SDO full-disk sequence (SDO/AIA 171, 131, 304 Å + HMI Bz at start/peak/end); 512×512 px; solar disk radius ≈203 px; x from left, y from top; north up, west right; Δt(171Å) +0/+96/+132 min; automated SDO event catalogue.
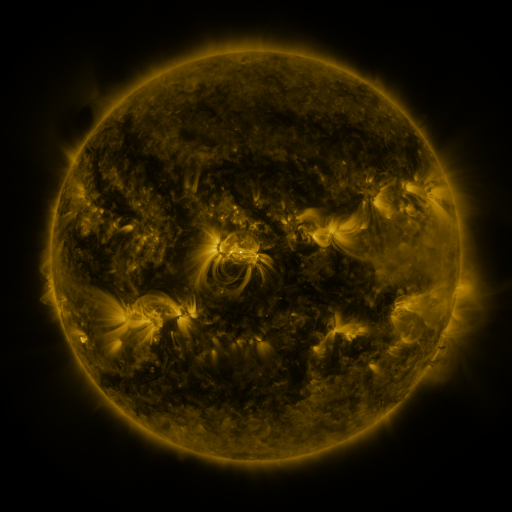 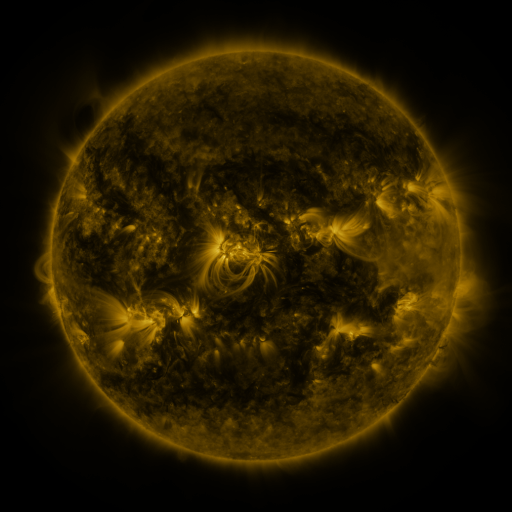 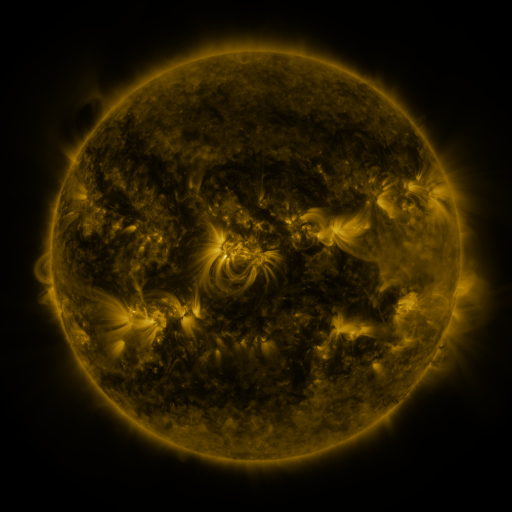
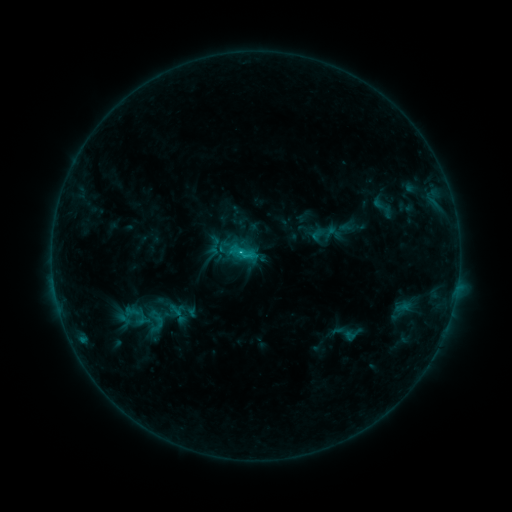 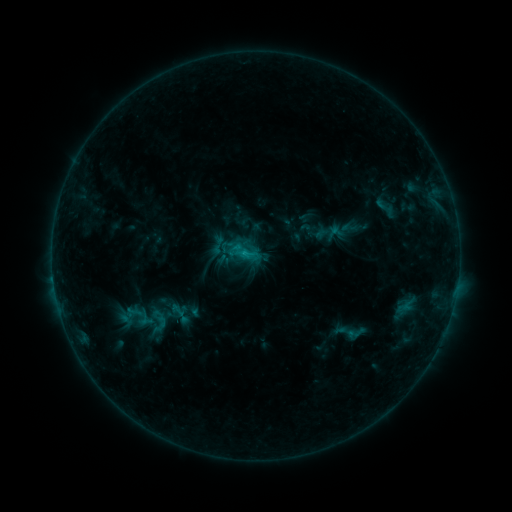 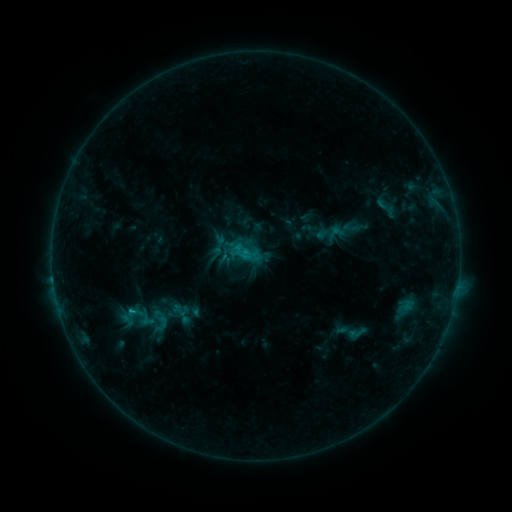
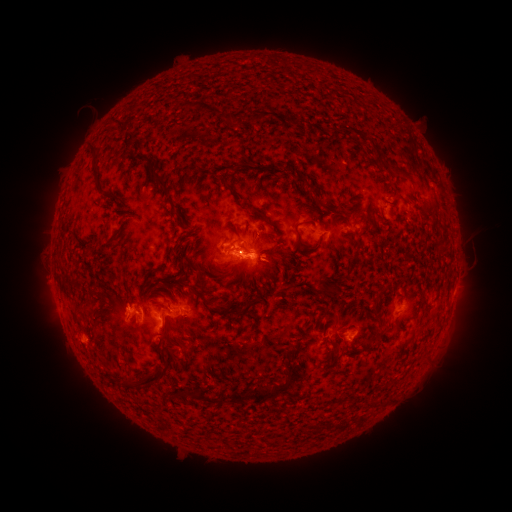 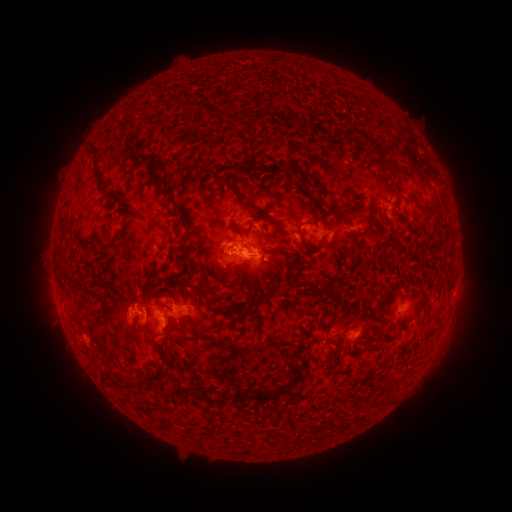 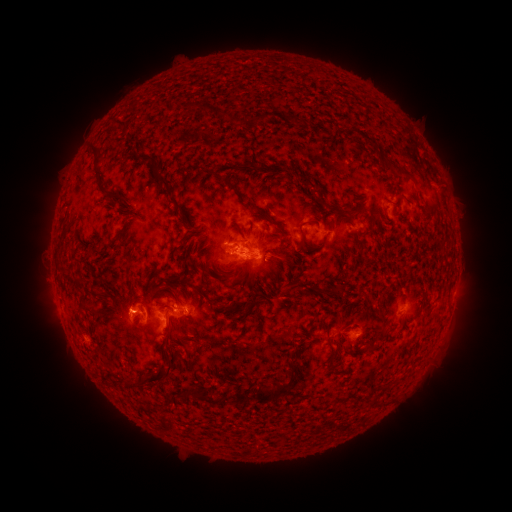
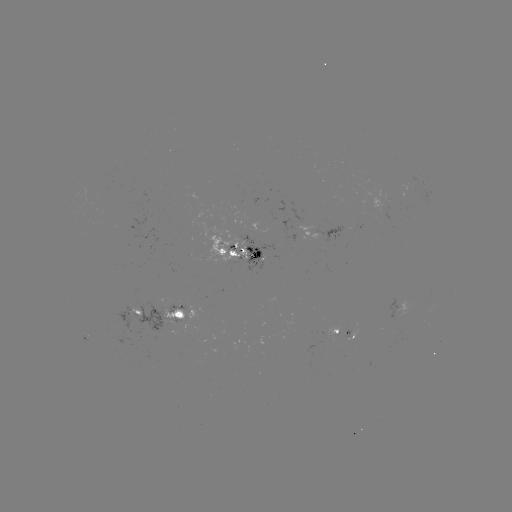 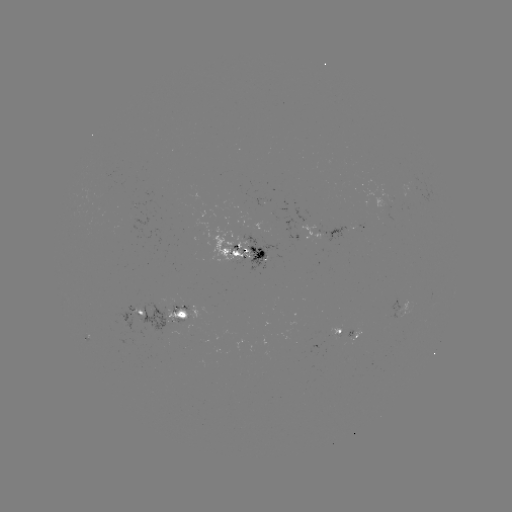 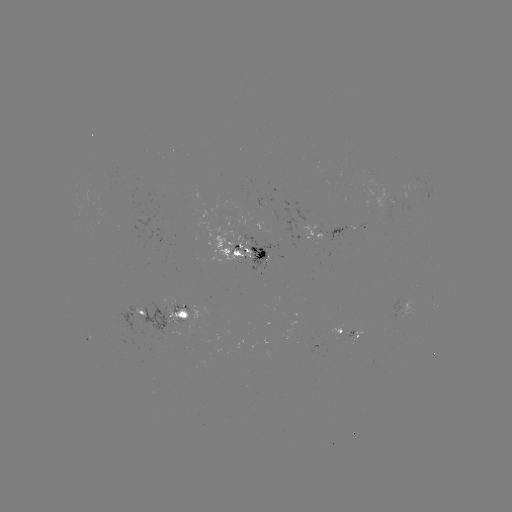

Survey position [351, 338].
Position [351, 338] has emerging-flux region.